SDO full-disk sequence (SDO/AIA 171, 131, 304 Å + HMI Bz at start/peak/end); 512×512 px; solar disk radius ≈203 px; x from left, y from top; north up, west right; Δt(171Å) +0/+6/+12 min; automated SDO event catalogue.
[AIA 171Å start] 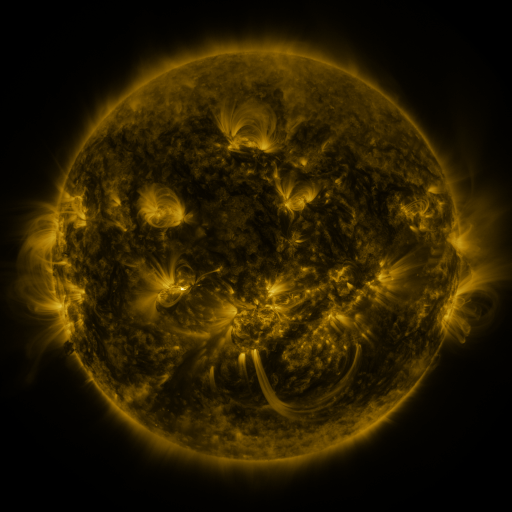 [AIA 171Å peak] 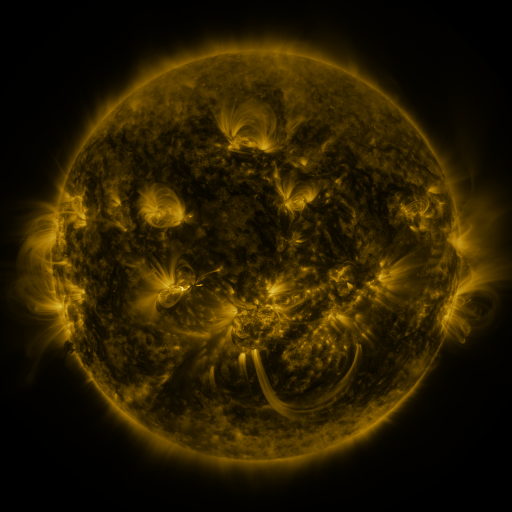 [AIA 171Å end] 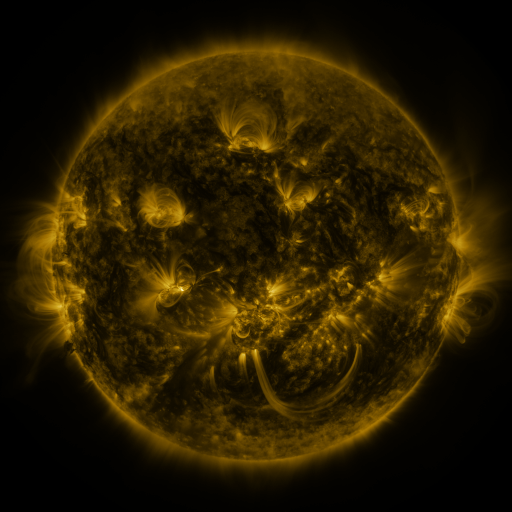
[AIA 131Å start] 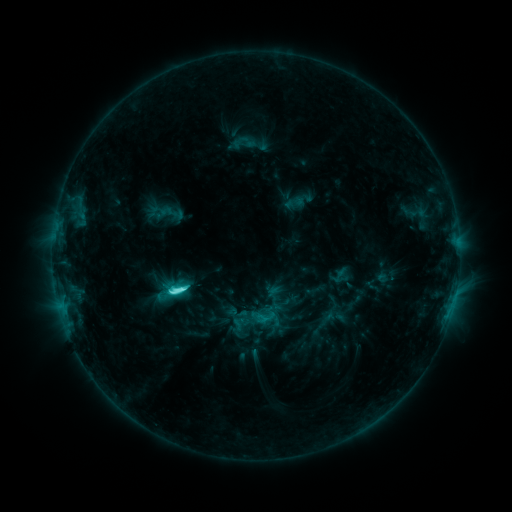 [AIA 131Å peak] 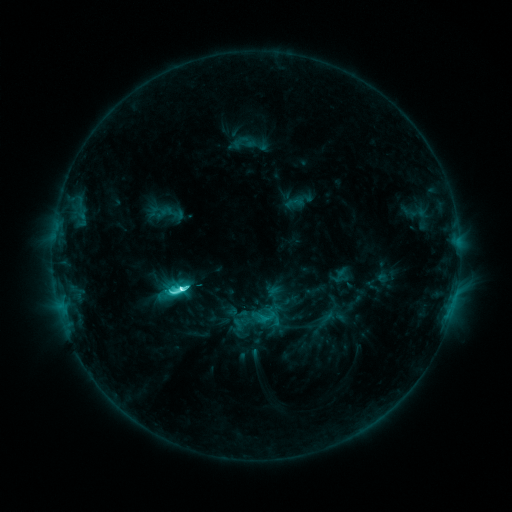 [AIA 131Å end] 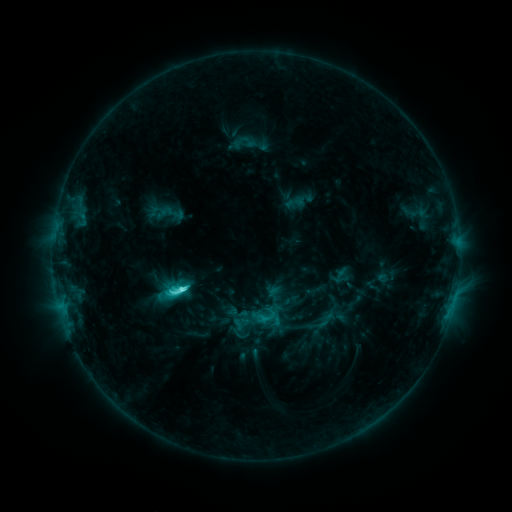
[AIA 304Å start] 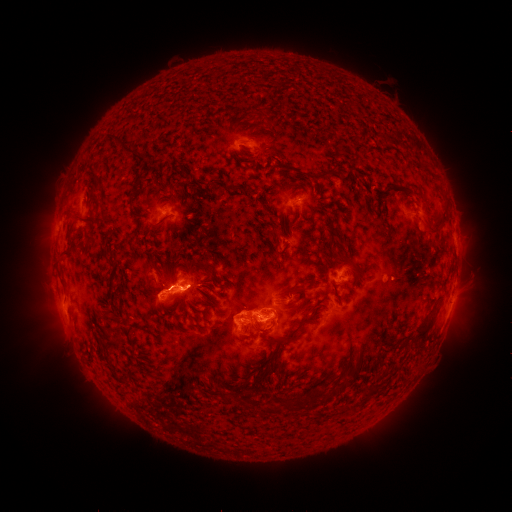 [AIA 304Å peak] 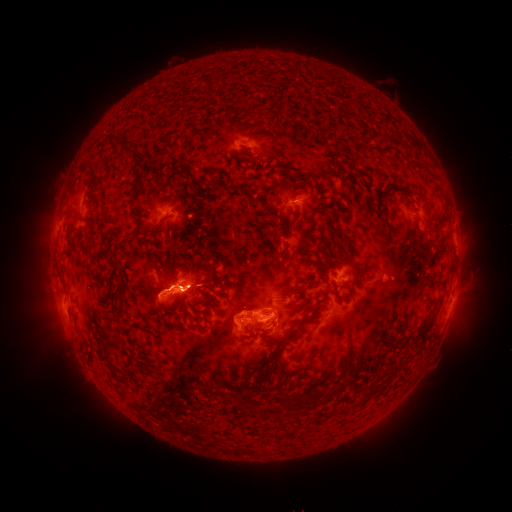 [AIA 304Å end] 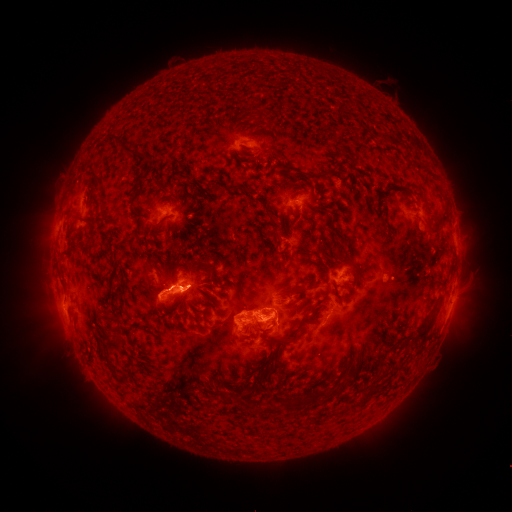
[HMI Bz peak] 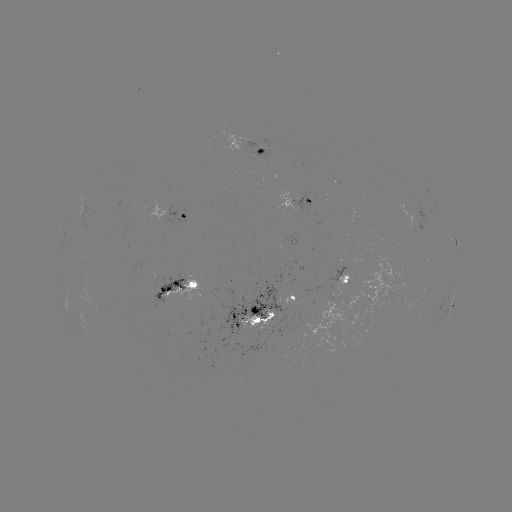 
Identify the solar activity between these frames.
C8.6 flare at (183, 287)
